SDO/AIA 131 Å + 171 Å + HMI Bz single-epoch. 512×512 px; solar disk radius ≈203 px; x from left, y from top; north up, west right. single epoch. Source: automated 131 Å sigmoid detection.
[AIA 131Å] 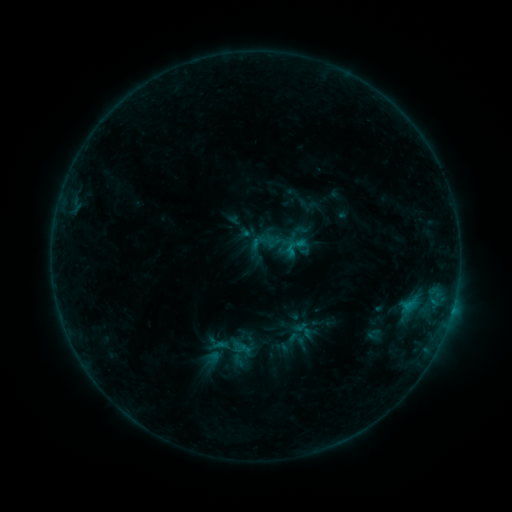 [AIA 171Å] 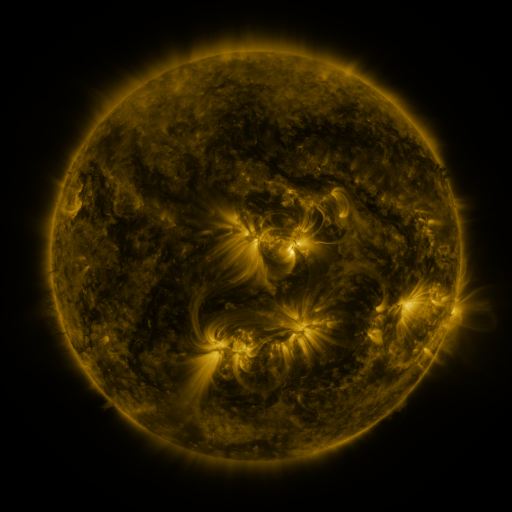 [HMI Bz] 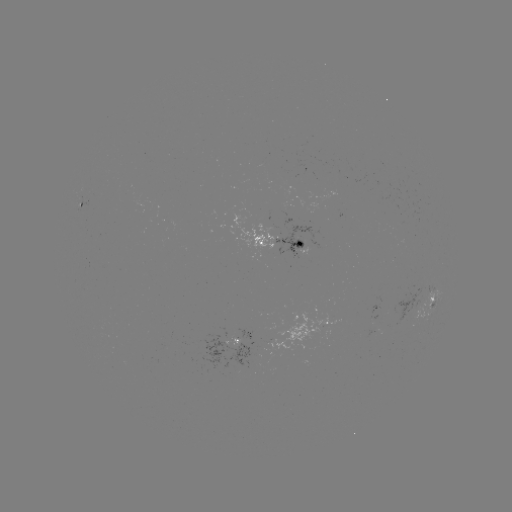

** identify sigmoid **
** [296, 339] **